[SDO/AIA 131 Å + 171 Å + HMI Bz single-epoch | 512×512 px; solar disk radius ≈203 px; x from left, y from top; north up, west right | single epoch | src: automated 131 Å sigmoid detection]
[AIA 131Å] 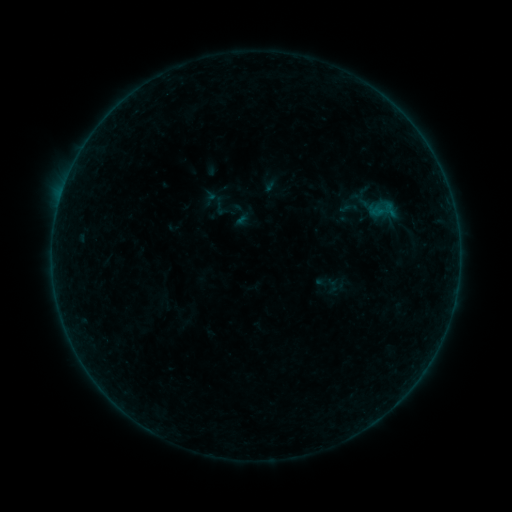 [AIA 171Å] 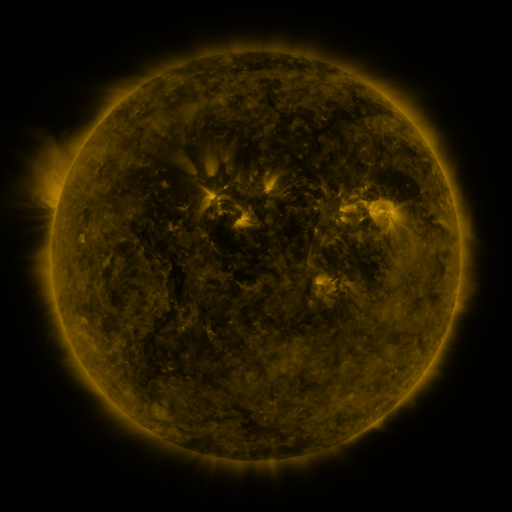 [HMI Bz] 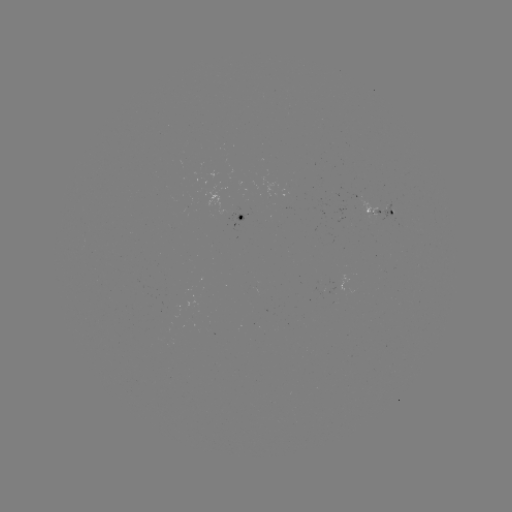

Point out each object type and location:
sigmoid: (242, 216)
